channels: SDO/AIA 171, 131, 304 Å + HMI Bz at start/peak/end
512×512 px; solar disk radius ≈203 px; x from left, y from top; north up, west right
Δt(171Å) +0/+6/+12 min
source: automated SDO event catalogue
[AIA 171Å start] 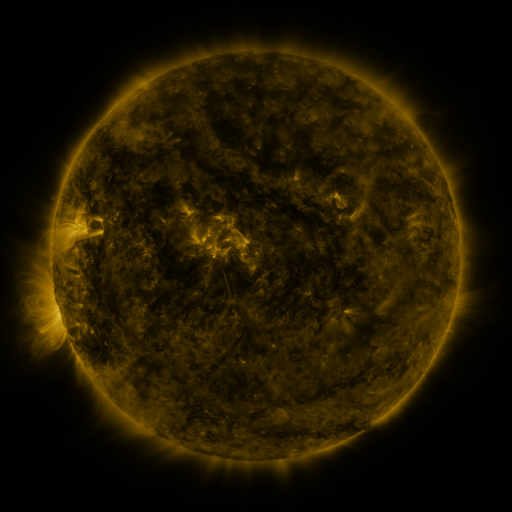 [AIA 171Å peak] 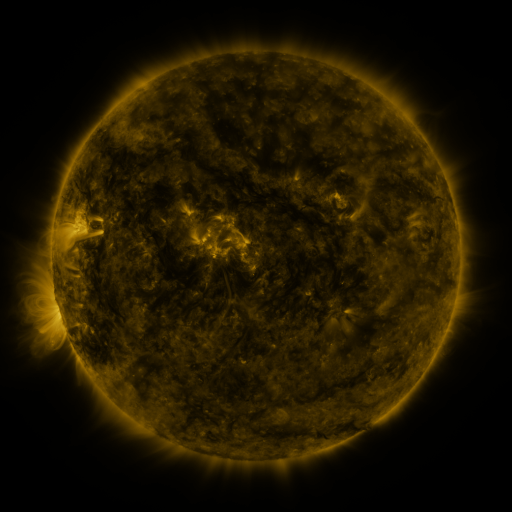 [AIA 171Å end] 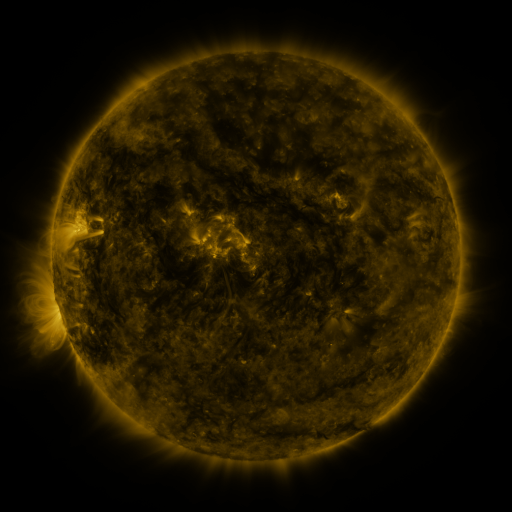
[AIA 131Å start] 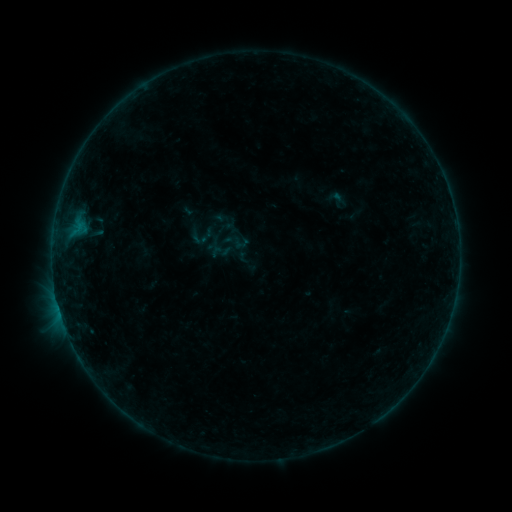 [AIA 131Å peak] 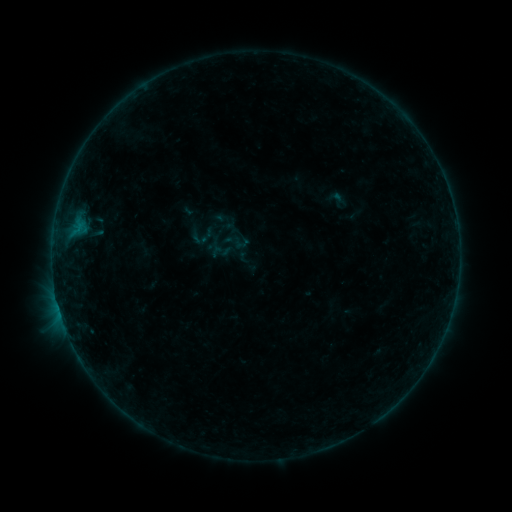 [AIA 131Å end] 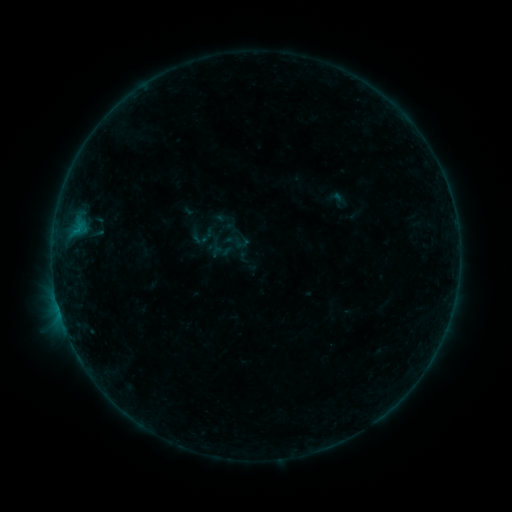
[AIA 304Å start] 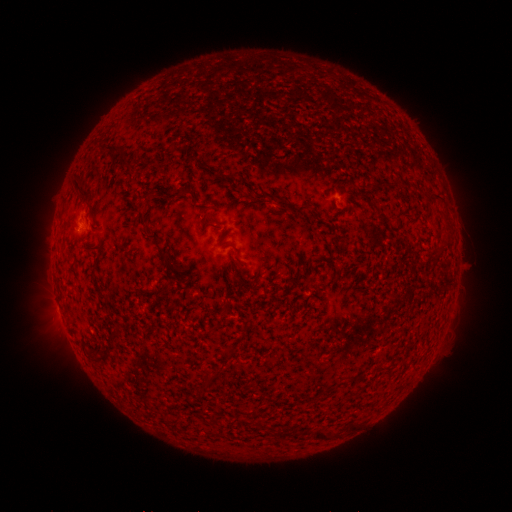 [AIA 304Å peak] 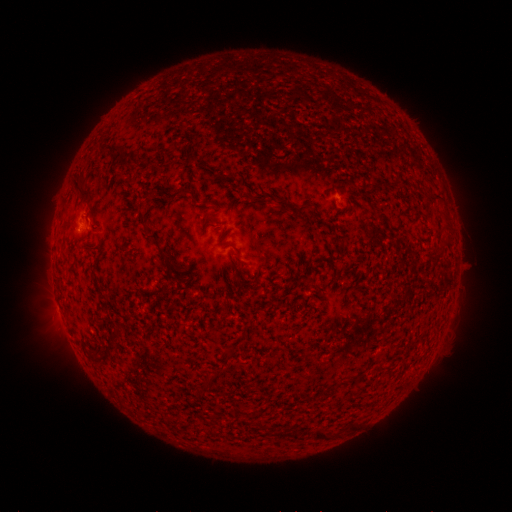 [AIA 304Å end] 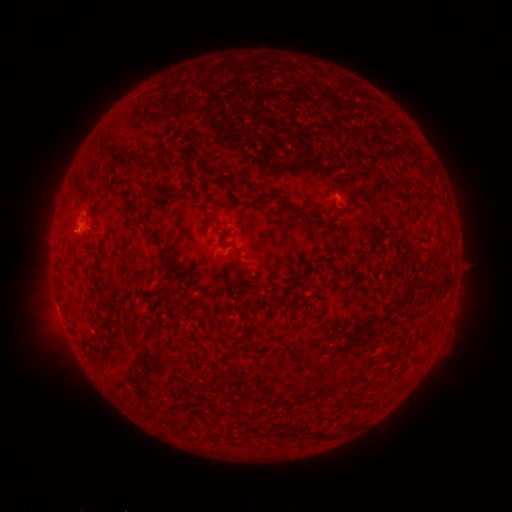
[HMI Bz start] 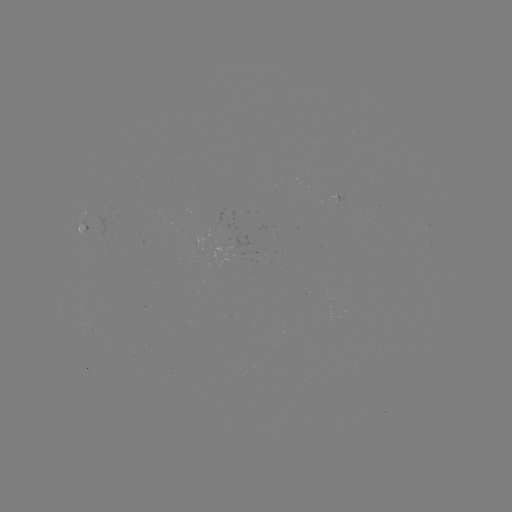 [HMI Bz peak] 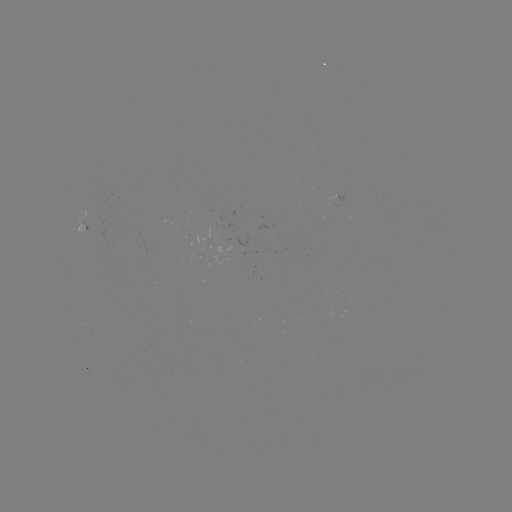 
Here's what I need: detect B3.4 flare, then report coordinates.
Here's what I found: B3.4 flare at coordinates [78, 231].